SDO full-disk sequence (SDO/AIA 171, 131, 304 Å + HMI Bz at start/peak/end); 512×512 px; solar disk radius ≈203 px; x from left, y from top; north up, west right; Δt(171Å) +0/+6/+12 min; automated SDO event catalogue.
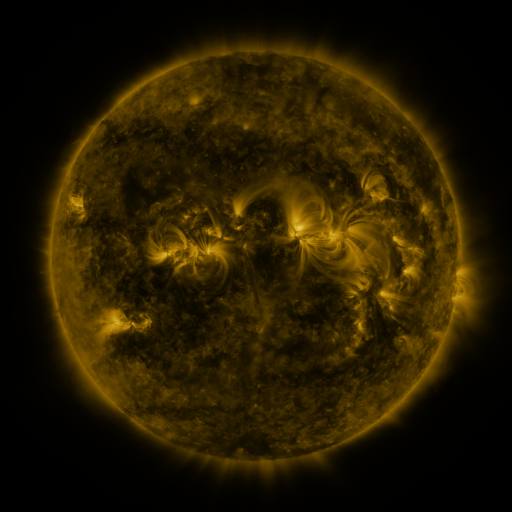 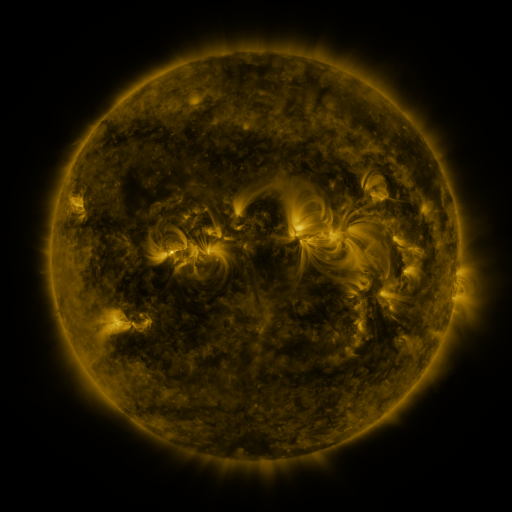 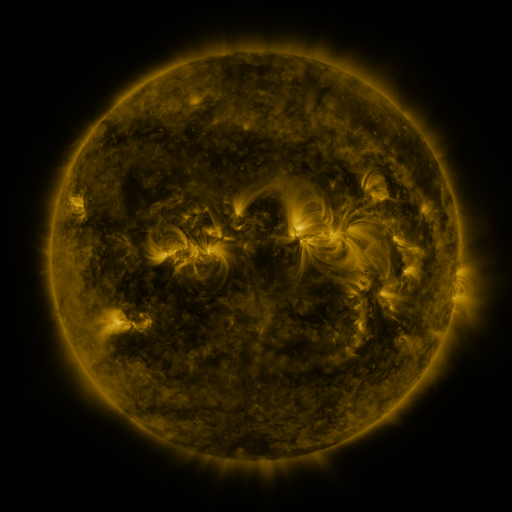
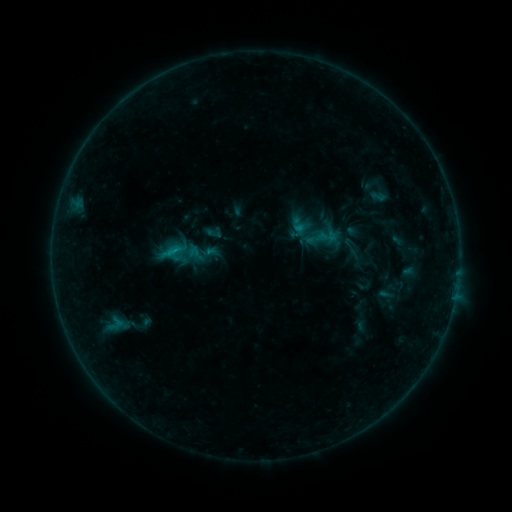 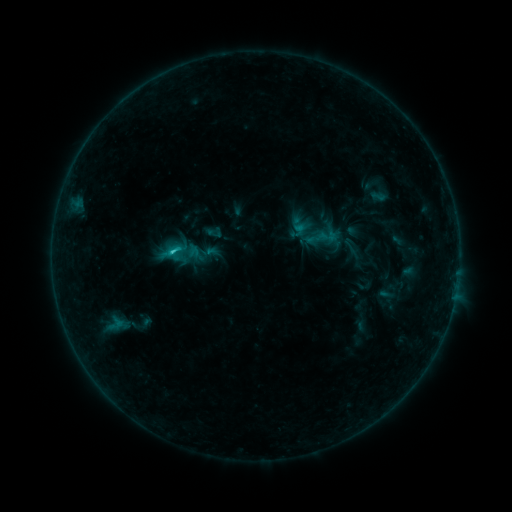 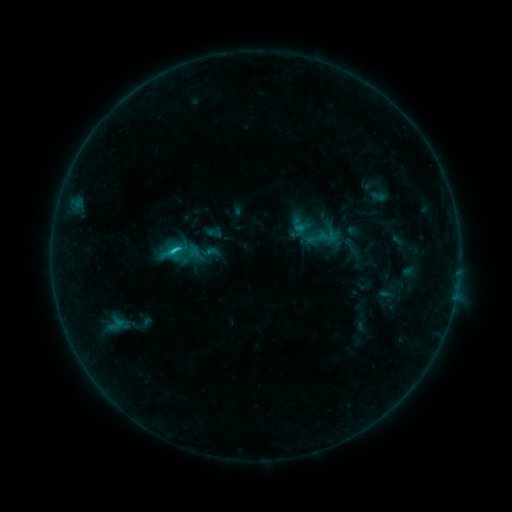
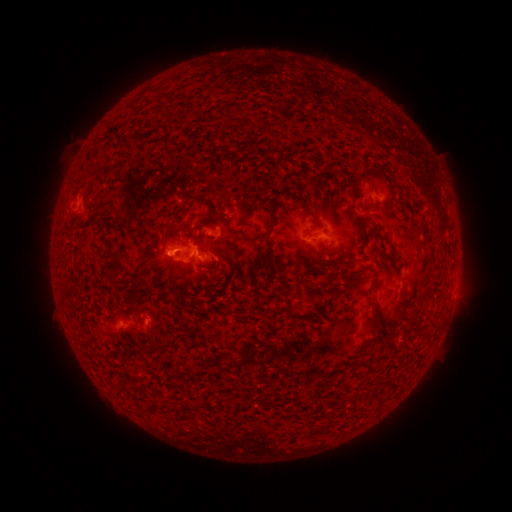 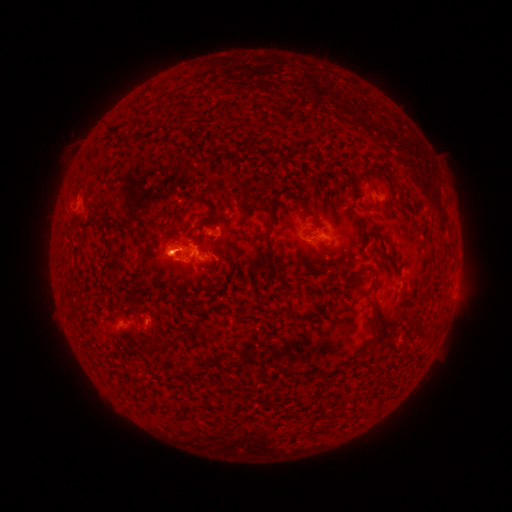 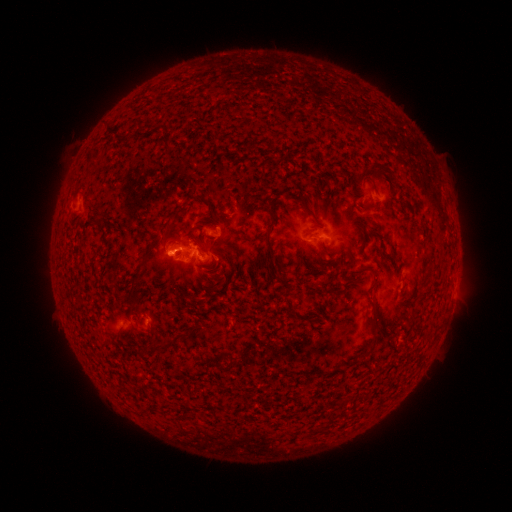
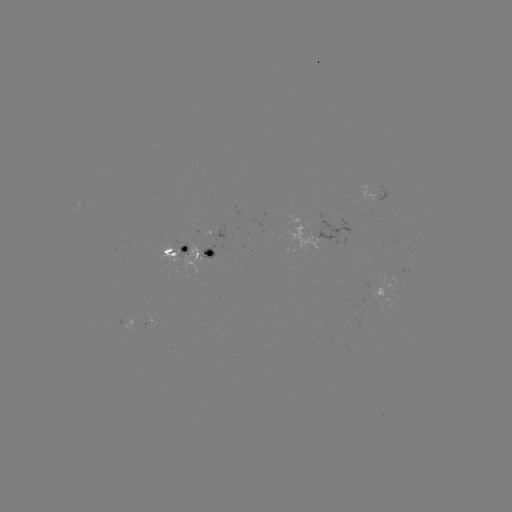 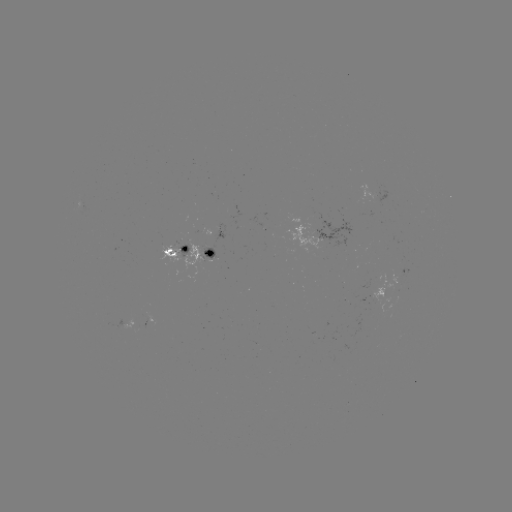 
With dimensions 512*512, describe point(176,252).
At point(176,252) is C1.1 flare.